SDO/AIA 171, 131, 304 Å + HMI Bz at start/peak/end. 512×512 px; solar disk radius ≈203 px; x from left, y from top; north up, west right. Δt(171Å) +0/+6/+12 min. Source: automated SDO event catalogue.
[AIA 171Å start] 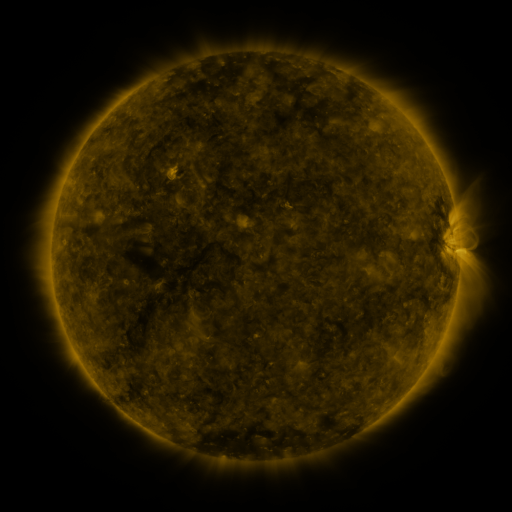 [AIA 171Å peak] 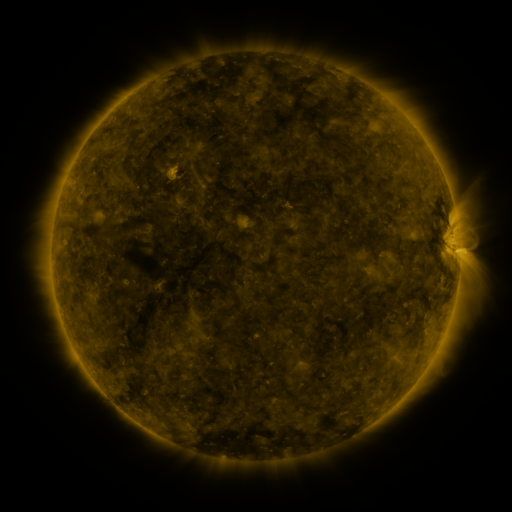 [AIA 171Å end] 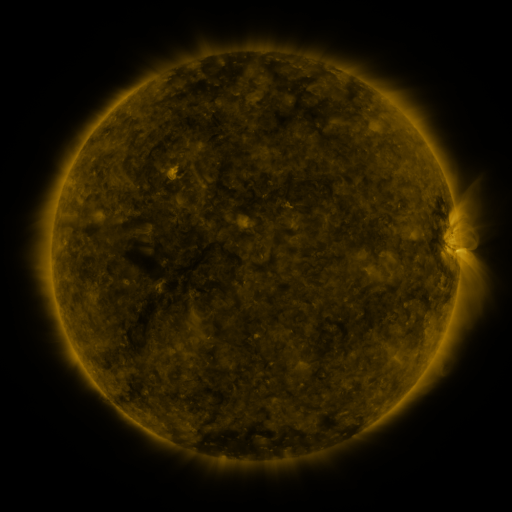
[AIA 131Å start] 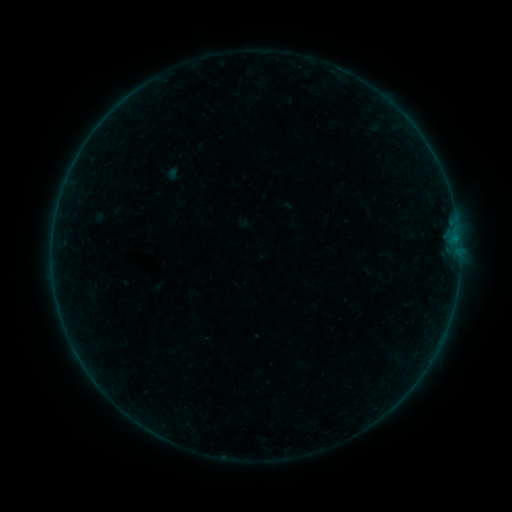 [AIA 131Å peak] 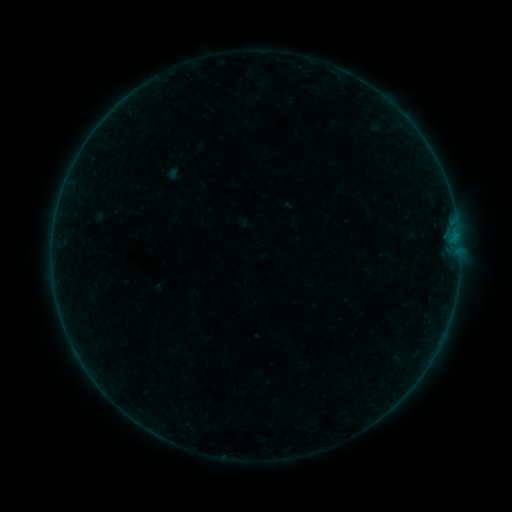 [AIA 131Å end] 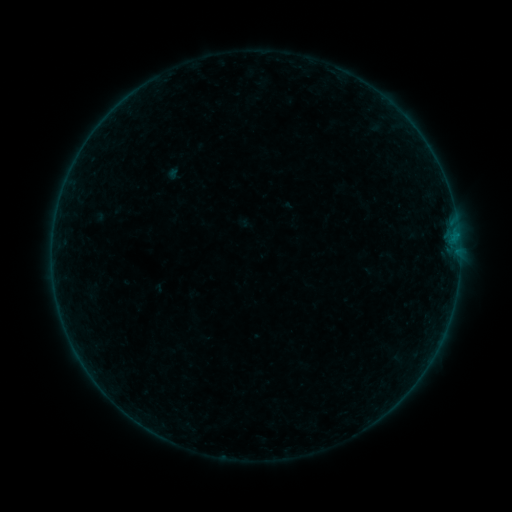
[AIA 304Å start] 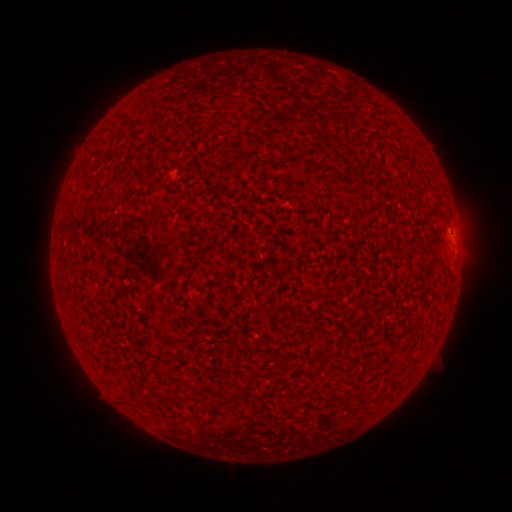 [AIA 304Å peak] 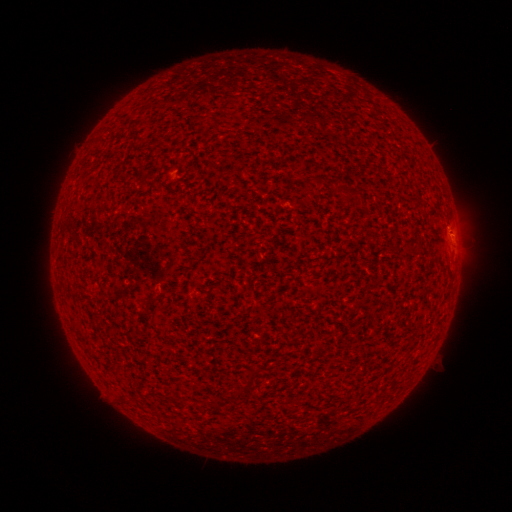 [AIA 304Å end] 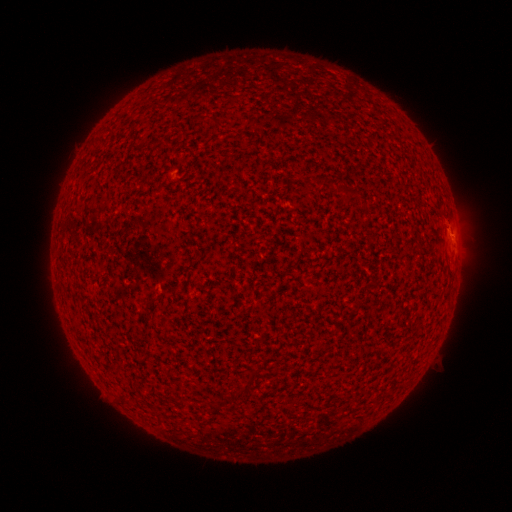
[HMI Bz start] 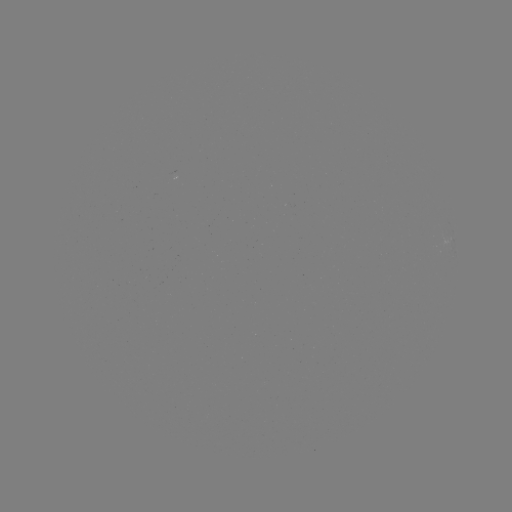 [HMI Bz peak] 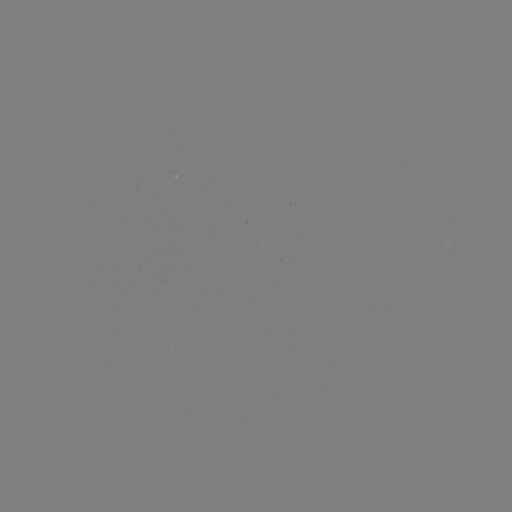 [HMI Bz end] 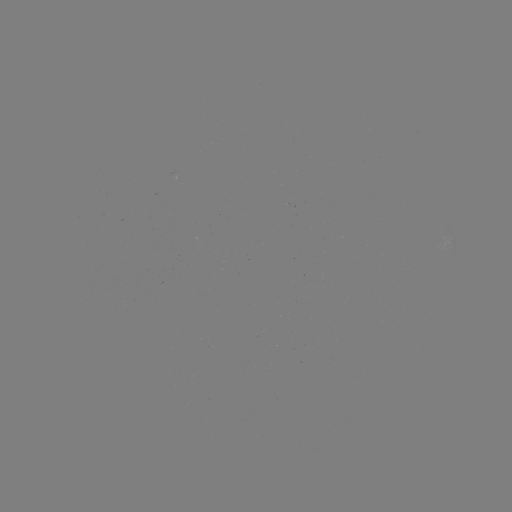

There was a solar eruption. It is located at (450, 228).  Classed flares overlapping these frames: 1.